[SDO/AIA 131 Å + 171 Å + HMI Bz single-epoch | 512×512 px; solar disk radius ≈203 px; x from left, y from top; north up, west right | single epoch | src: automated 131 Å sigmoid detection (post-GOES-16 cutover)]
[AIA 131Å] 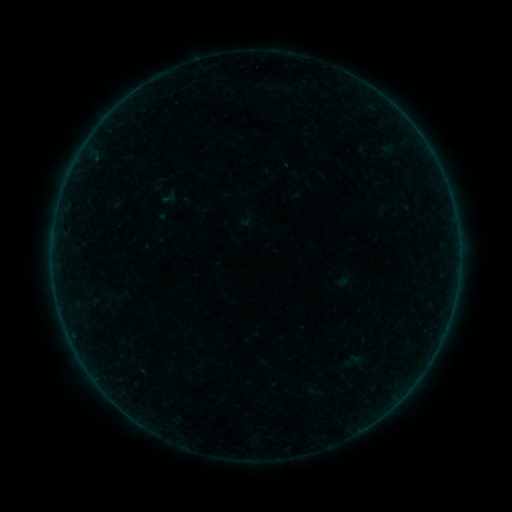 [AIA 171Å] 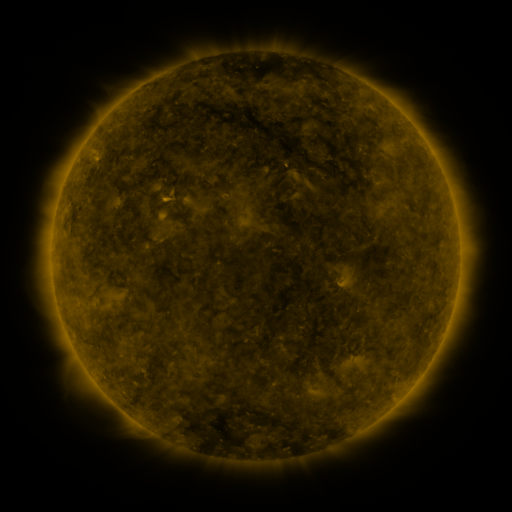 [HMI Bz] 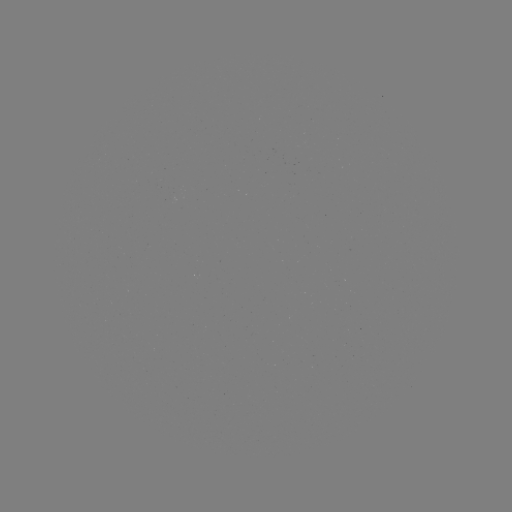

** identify sigmoid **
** [352, 360] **